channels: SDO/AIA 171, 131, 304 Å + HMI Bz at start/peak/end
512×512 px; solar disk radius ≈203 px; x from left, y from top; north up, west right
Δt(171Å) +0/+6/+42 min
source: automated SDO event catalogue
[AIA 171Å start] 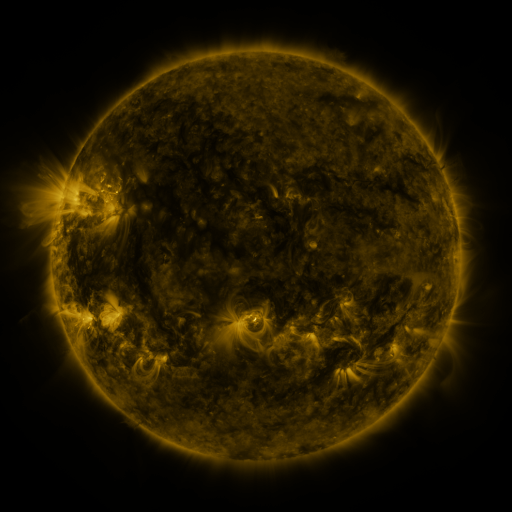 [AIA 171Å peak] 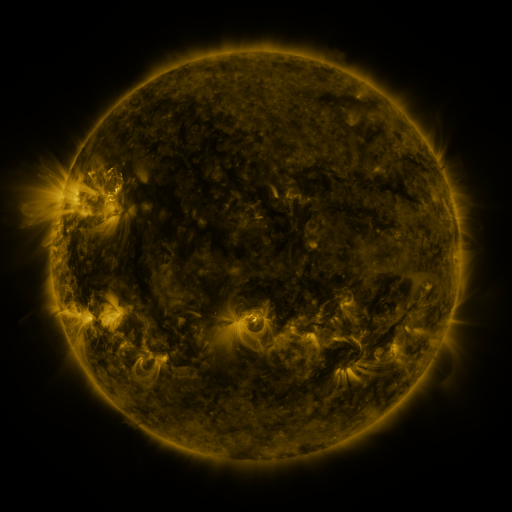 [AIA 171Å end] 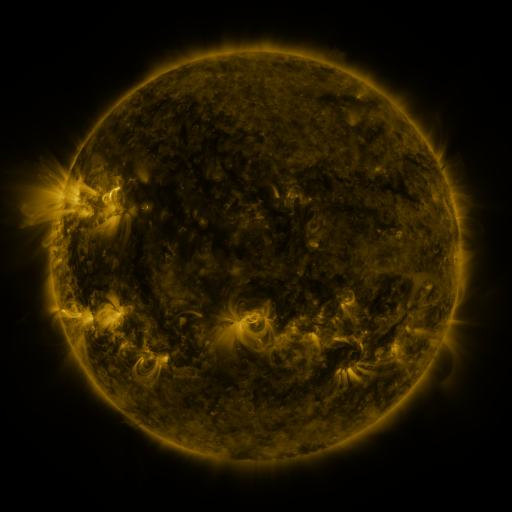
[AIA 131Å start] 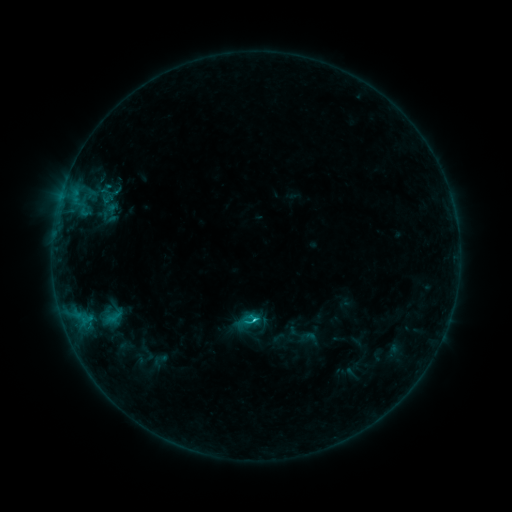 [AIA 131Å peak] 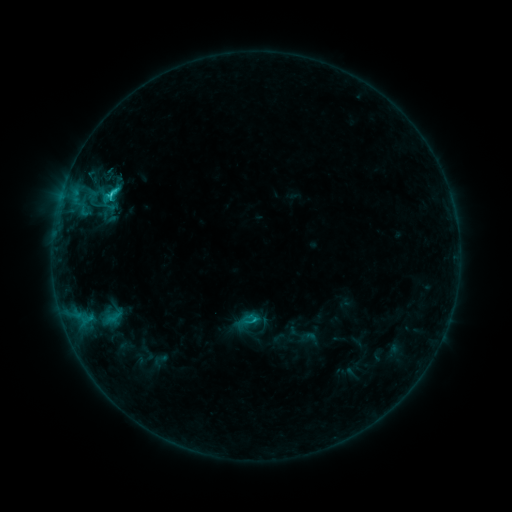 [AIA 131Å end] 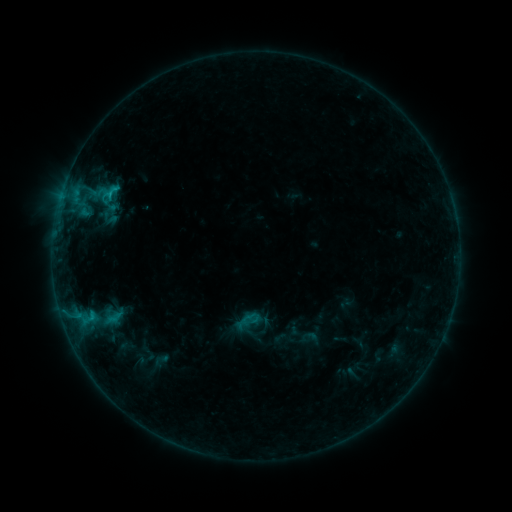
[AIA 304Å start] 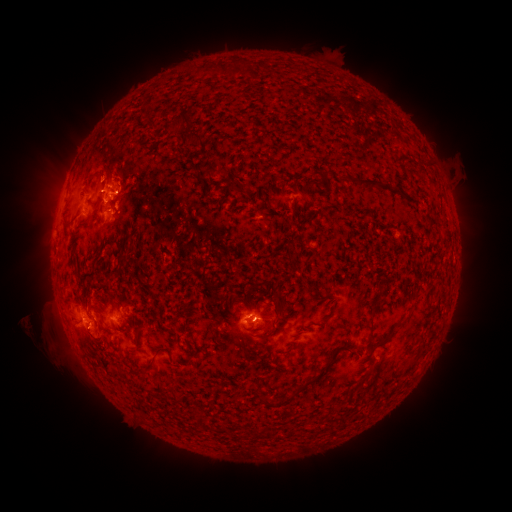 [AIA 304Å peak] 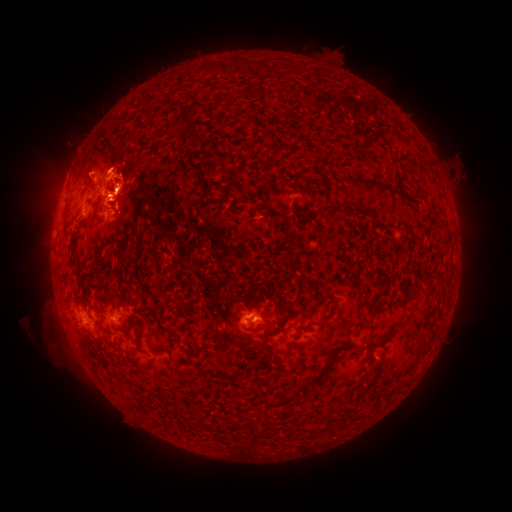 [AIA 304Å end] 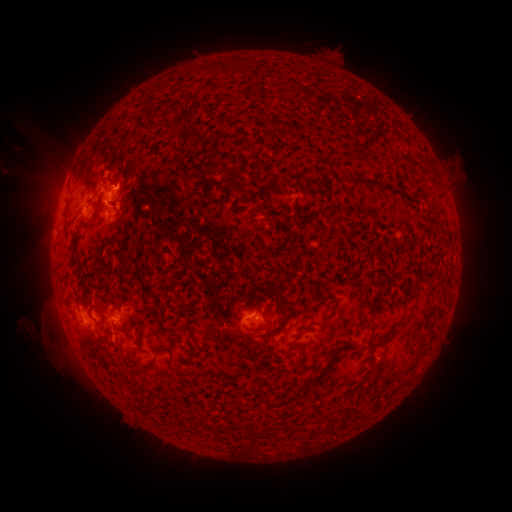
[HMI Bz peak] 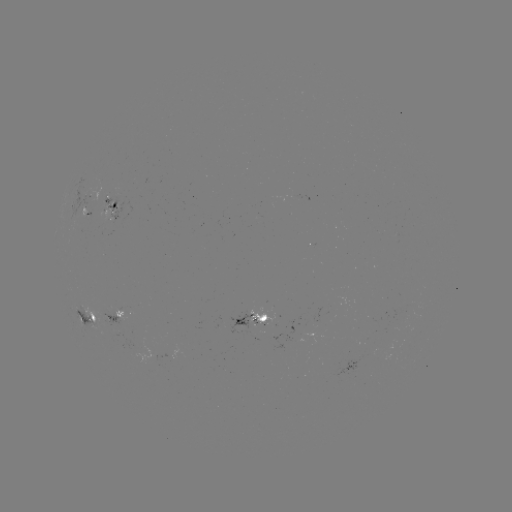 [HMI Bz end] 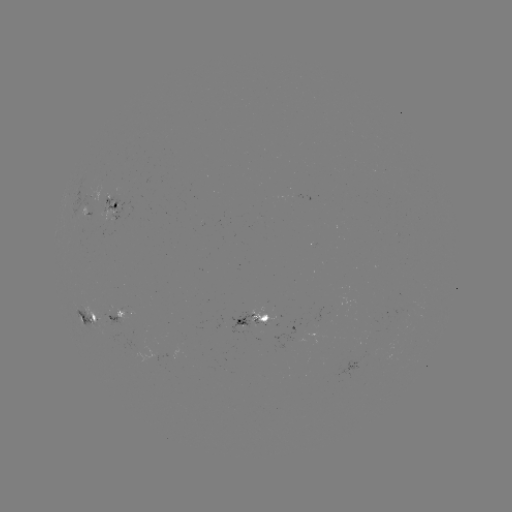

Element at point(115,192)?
C1.7 flare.